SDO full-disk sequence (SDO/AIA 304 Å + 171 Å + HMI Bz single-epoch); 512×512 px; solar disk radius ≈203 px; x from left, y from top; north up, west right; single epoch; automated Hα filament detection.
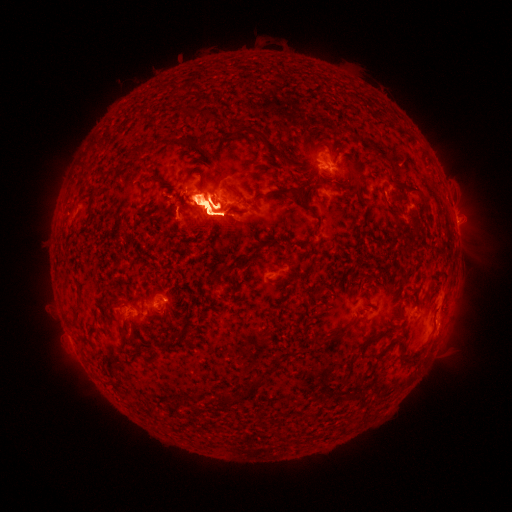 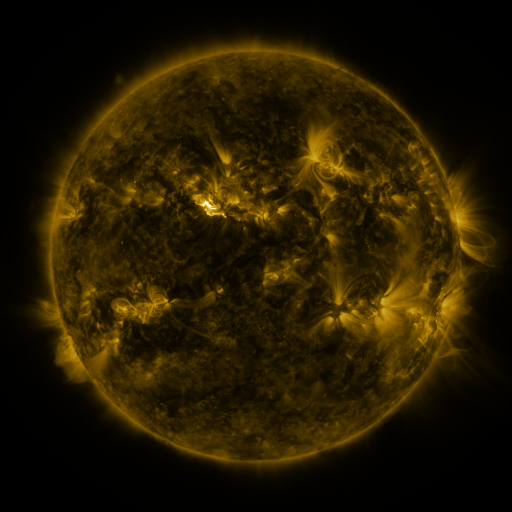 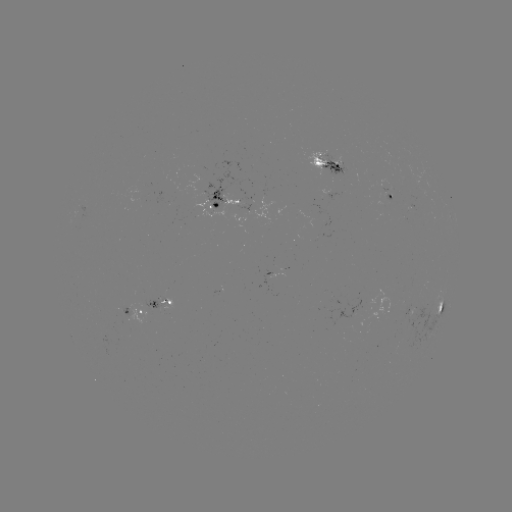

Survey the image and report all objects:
filament: (188, 142)
filament: (268, 143)
filament: (348, 157)
filament: (85, 166)
filament: (385, 185)
filament: (358, 189)
filament: (235, 191)
filament: (294, 192)
filament: (193, 195)
filament: (228, 224)
filament: (439, 310)
filament: (122, 334)
filament: (339, 337)
filament: (315, 342)
filament: (425, 347)
filament: (399, 356)
filament: (351, 362)
filament: (375, 363)
filament: (252, 383)
filament: (228, 399)
